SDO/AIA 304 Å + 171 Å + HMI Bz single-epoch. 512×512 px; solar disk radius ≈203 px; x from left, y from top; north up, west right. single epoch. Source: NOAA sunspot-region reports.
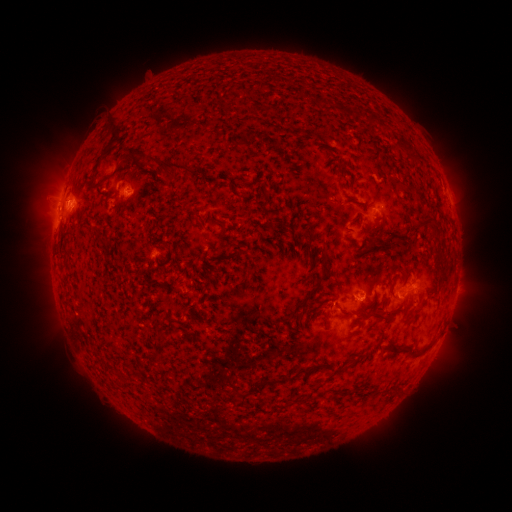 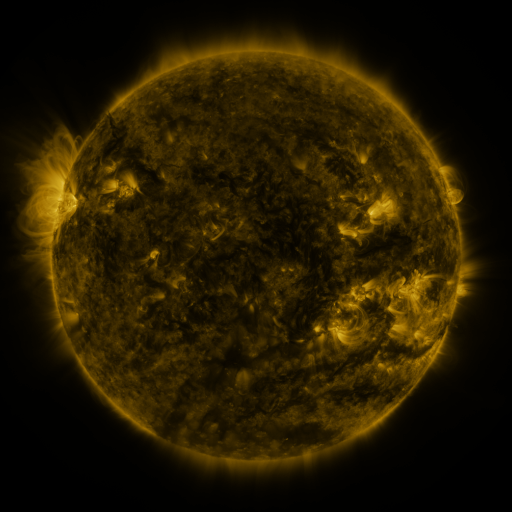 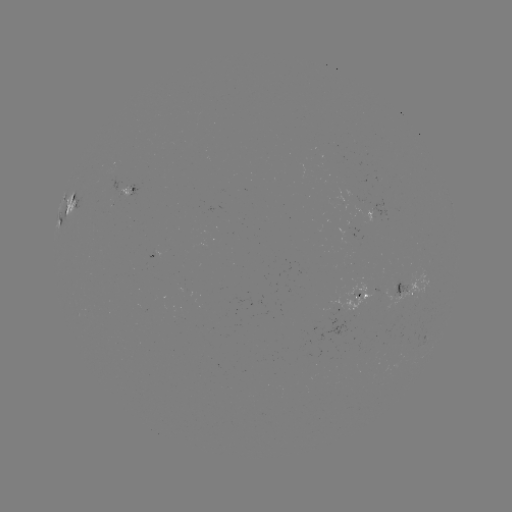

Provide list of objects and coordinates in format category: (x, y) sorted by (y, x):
spotted active region: (128, 191)
spotted active region: (71, 206)
spotted active region: (380, 211)
spotted active region: (407, 292)
spotted active region: (359, 294)
